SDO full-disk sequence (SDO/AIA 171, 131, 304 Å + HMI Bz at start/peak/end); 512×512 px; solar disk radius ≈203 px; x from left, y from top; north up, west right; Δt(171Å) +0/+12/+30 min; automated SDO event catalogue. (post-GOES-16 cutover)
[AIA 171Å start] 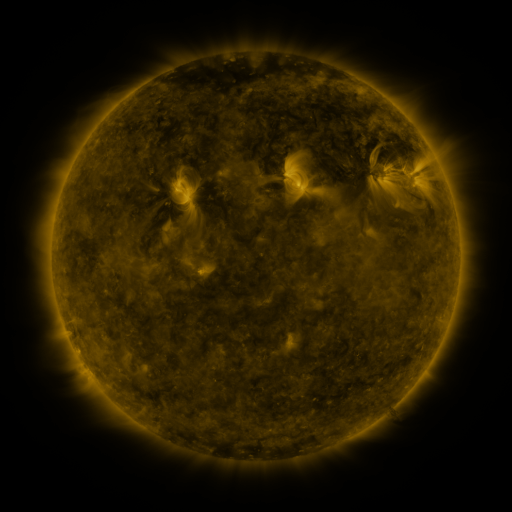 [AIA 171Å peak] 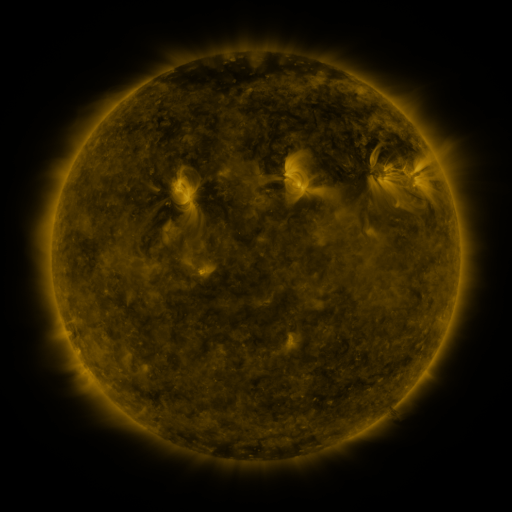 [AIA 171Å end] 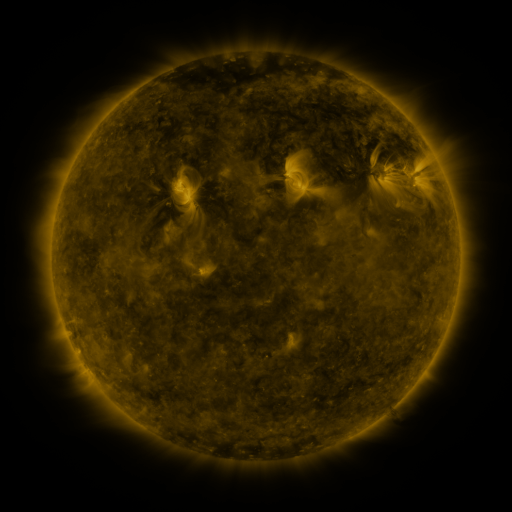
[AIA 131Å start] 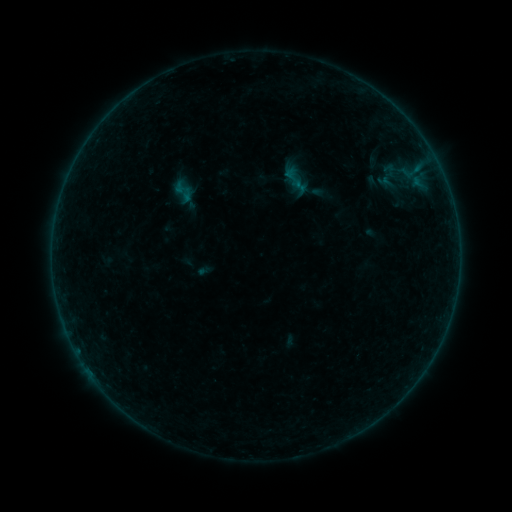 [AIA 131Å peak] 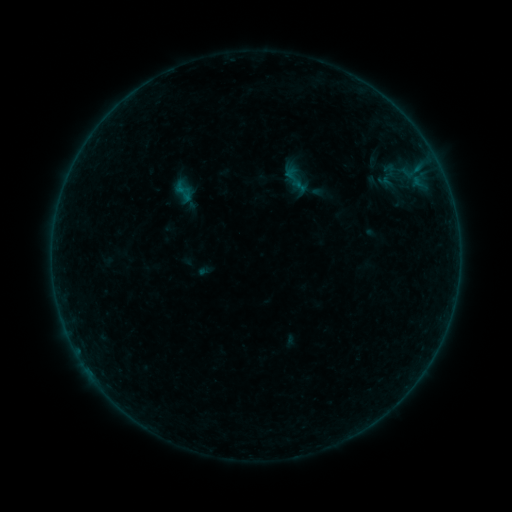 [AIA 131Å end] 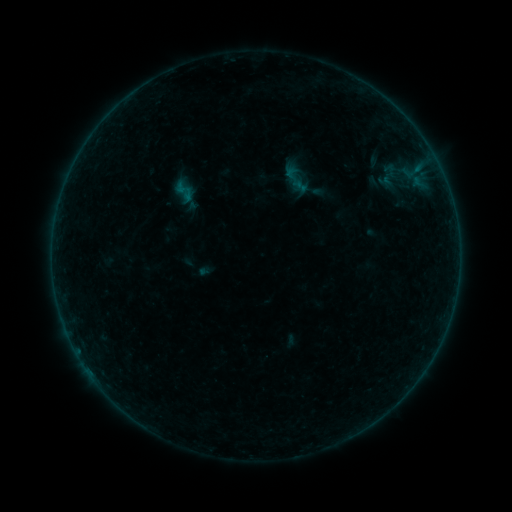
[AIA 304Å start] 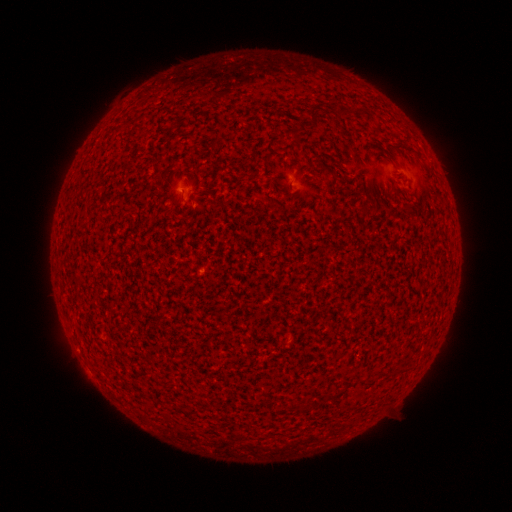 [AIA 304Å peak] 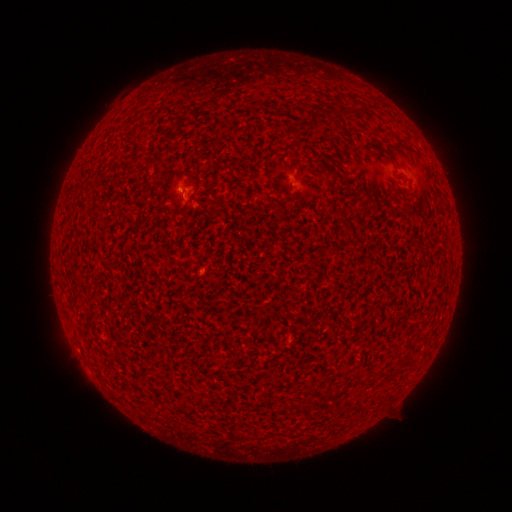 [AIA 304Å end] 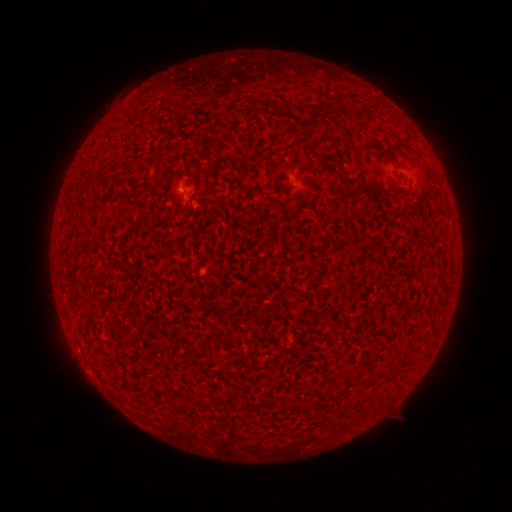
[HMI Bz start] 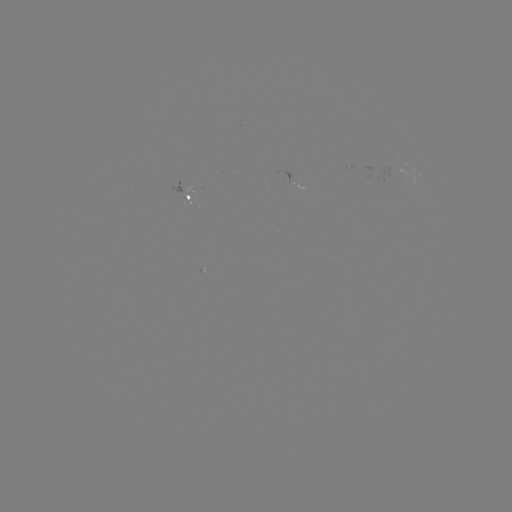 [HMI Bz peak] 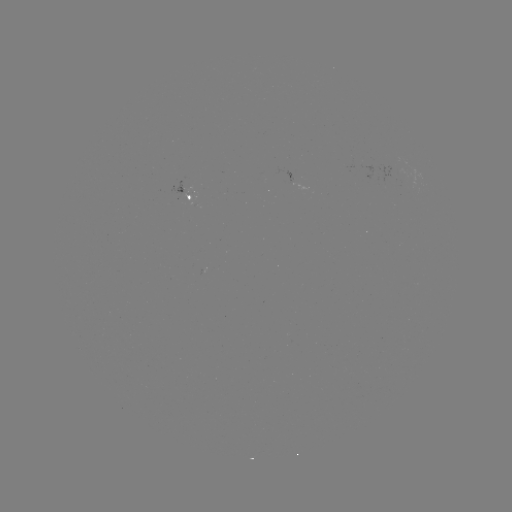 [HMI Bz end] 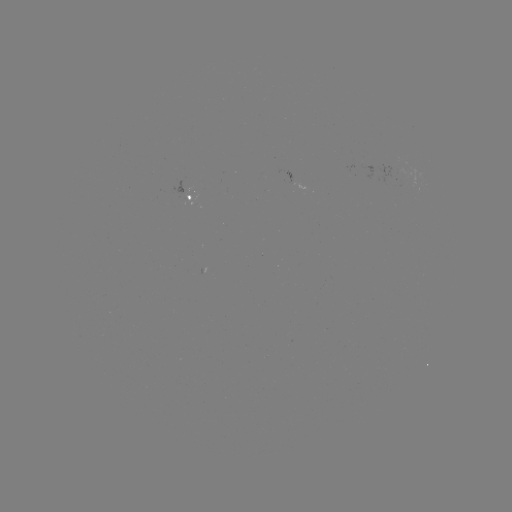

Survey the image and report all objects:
A7.3 flare: (183, 192)
